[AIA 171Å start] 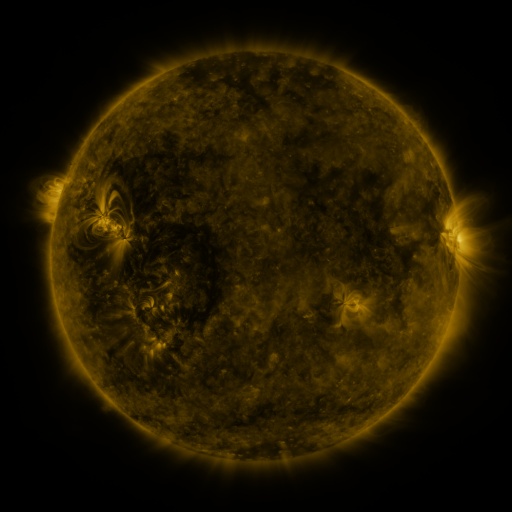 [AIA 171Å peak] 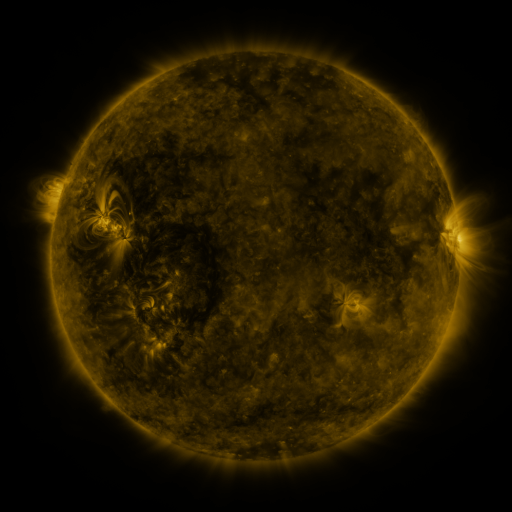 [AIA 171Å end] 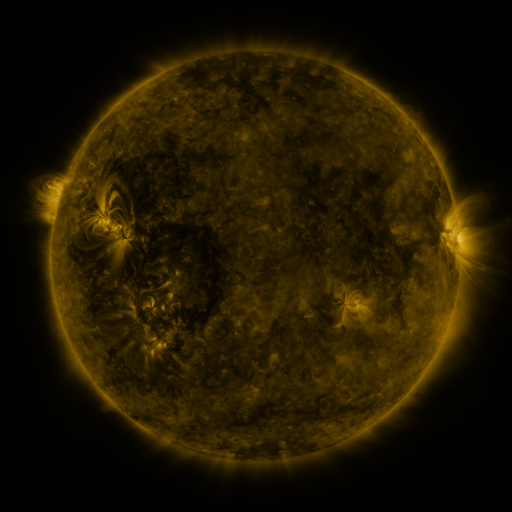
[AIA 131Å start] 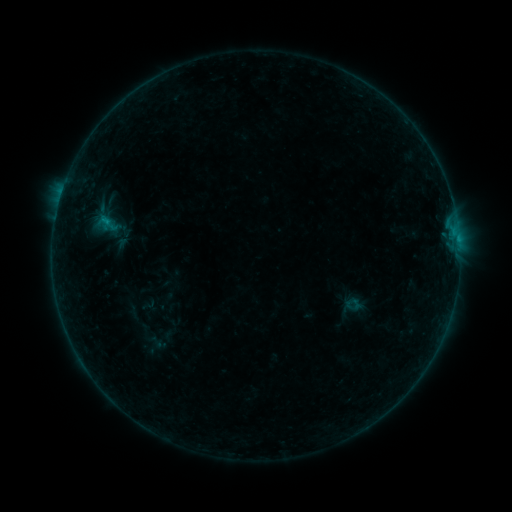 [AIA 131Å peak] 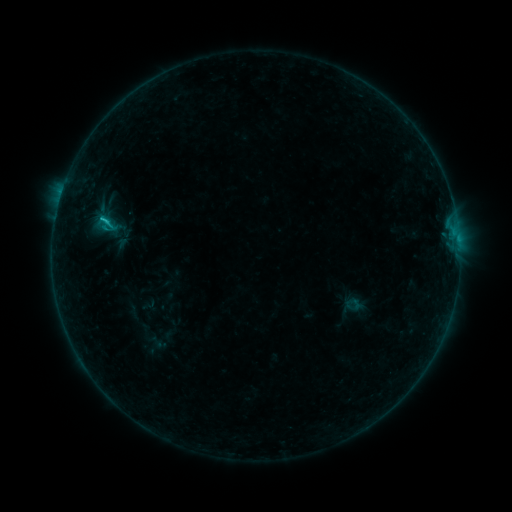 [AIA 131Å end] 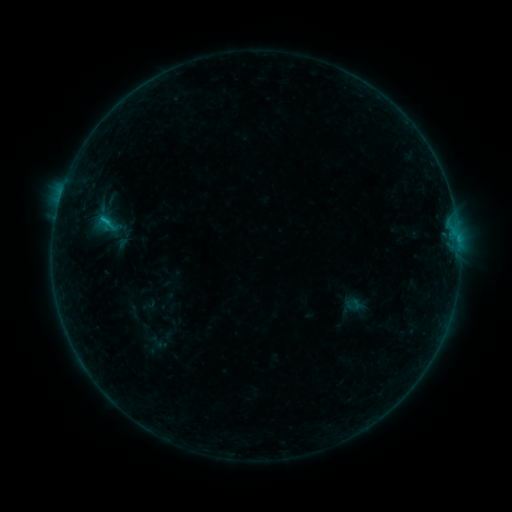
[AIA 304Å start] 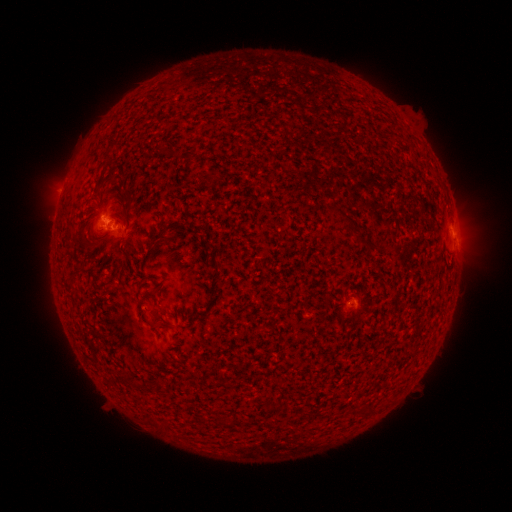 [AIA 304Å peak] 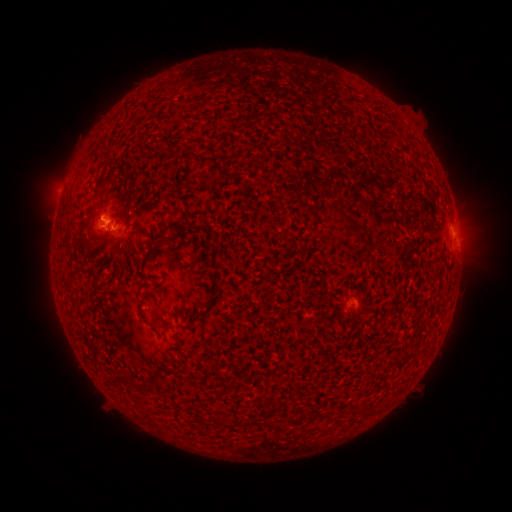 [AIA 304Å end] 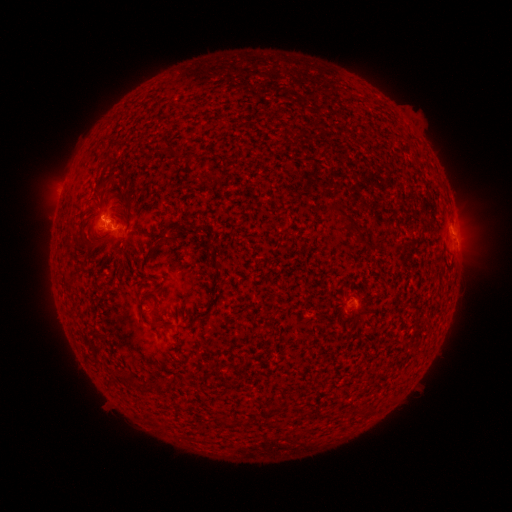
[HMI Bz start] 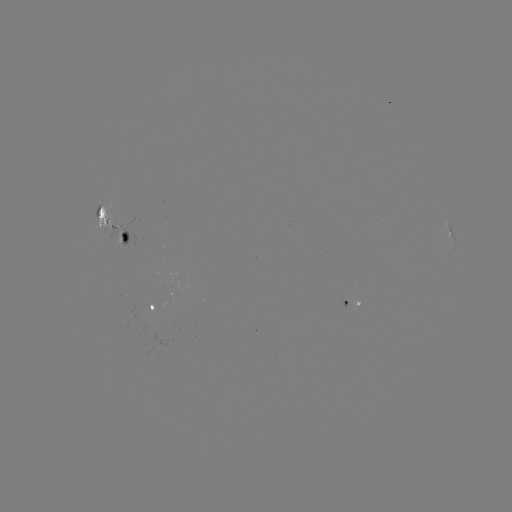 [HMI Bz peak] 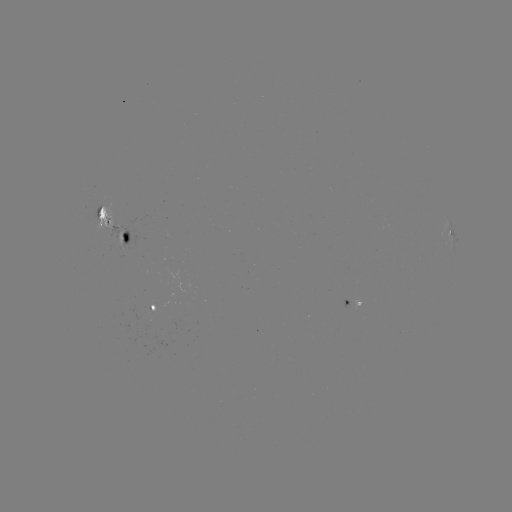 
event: flare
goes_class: B7.1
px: (104, 223)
